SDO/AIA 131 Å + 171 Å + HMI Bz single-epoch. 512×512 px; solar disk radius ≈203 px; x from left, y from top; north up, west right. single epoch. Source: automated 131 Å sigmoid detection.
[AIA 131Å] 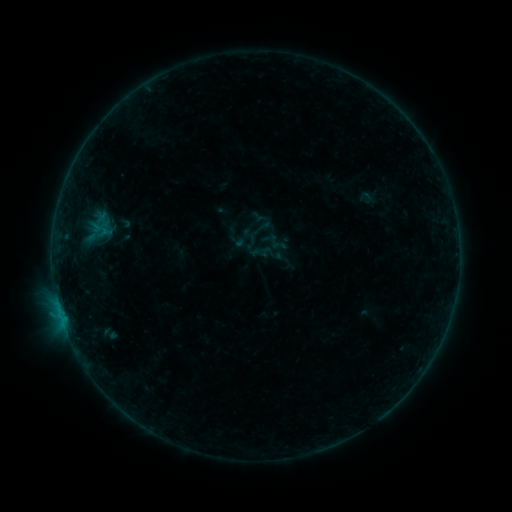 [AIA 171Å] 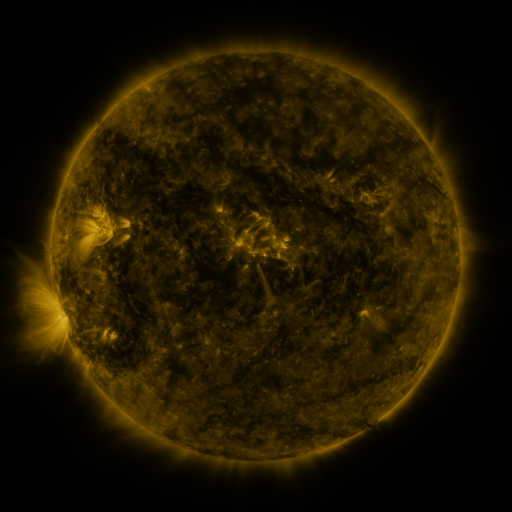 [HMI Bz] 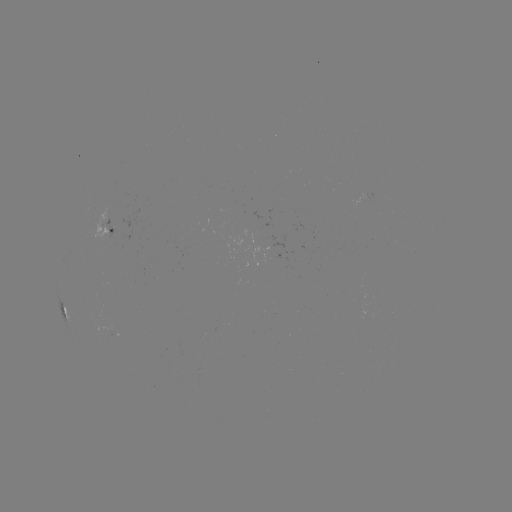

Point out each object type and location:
sigmoid: (243, 238)
